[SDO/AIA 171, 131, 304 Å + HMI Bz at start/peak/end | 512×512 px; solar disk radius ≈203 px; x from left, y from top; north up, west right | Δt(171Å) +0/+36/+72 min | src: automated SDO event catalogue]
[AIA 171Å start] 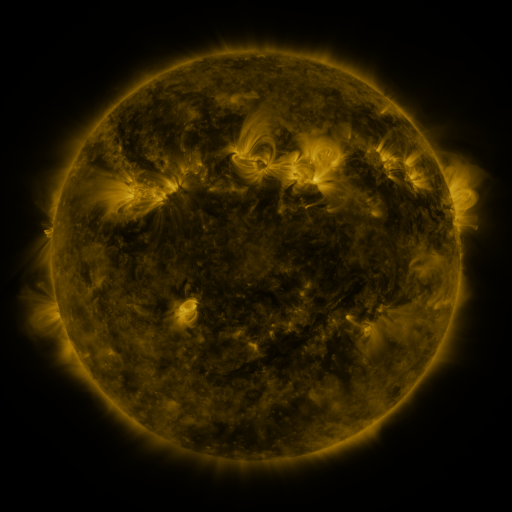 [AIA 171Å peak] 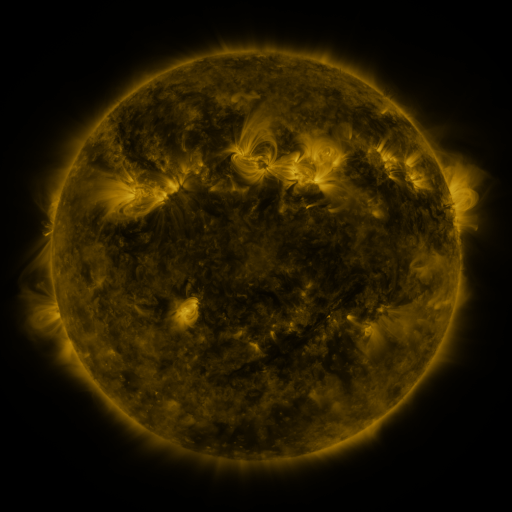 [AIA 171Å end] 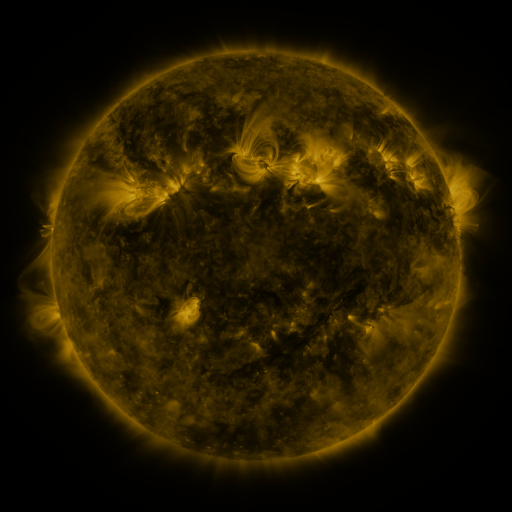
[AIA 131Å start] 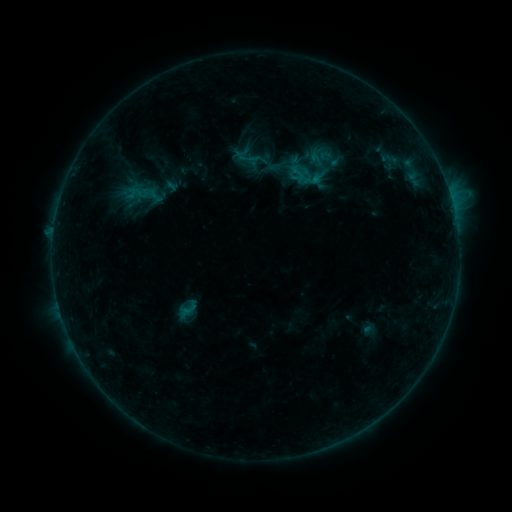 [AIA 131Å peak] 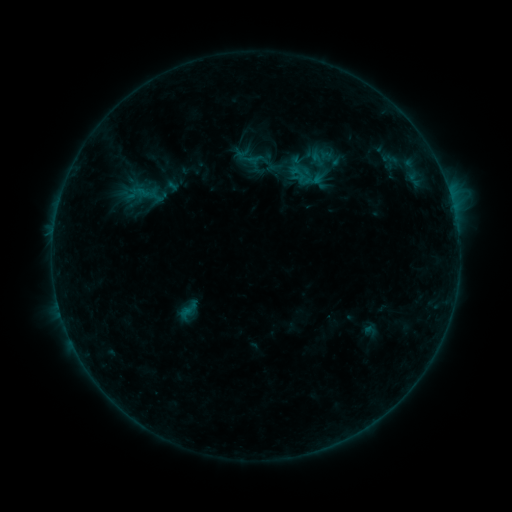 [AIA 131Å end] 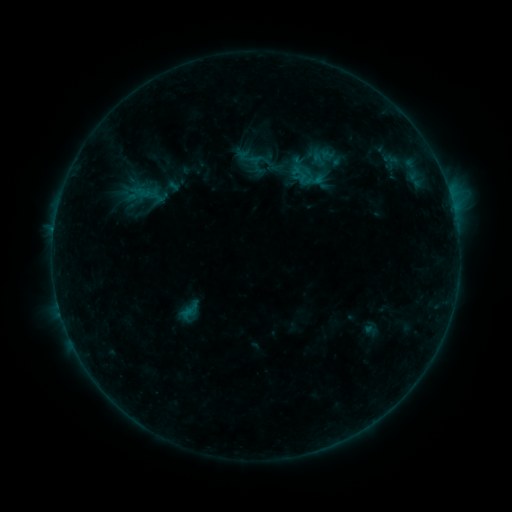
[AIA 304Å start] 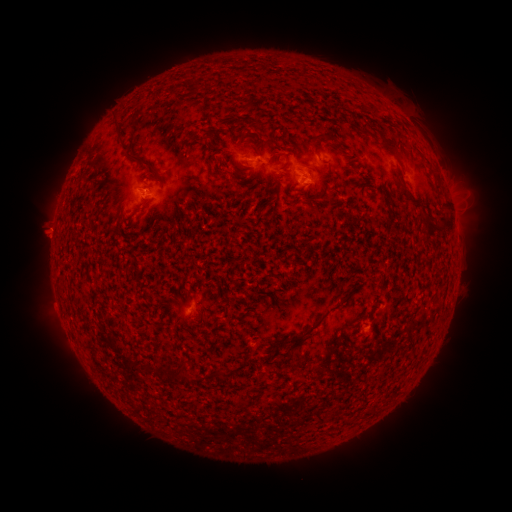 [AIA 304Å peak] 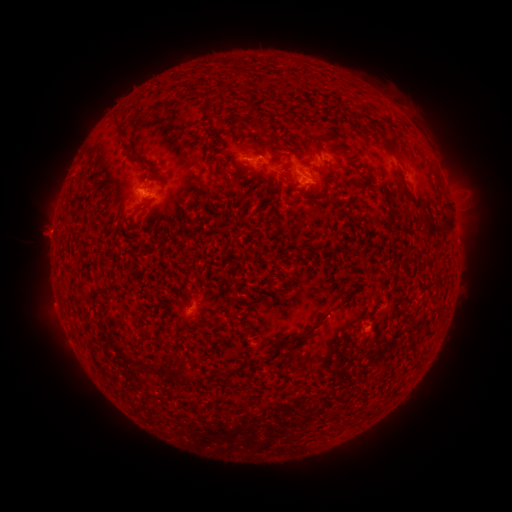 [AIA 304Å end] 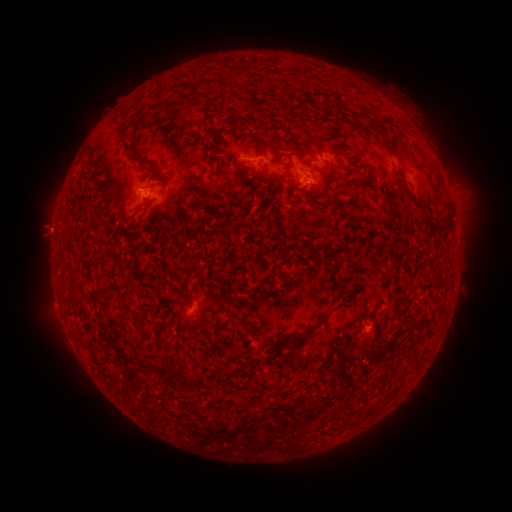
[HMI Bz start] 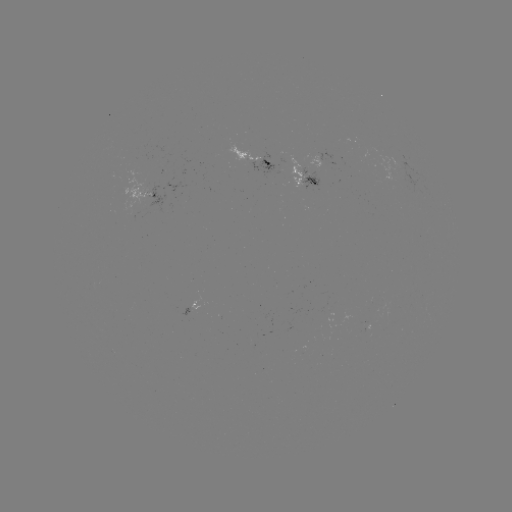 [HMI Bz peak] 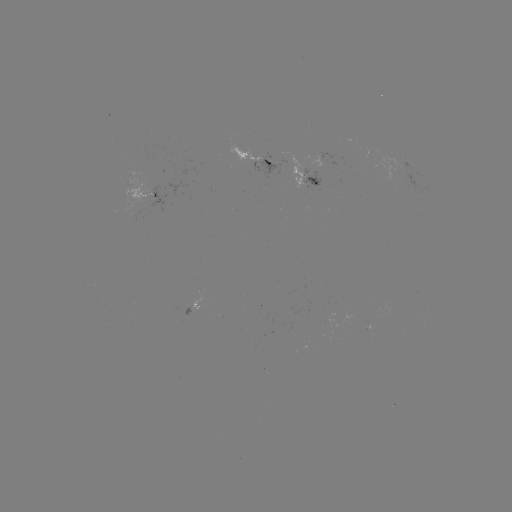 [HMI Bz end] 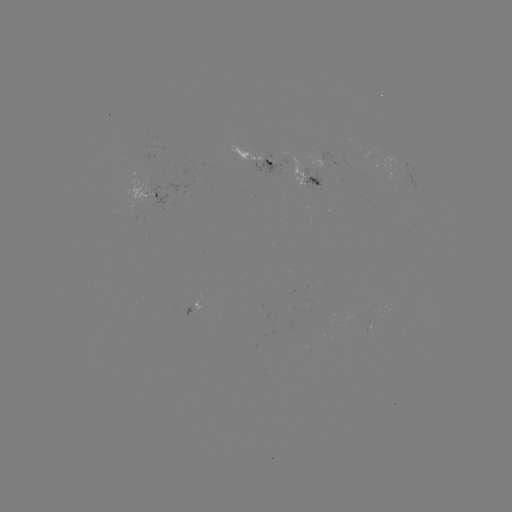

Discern emerging-flux region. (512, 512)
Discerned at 399,165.